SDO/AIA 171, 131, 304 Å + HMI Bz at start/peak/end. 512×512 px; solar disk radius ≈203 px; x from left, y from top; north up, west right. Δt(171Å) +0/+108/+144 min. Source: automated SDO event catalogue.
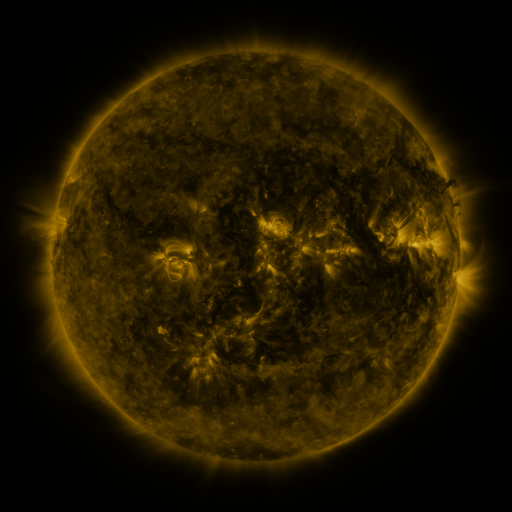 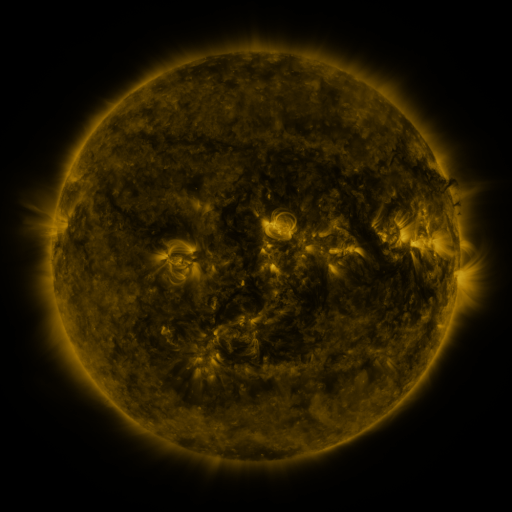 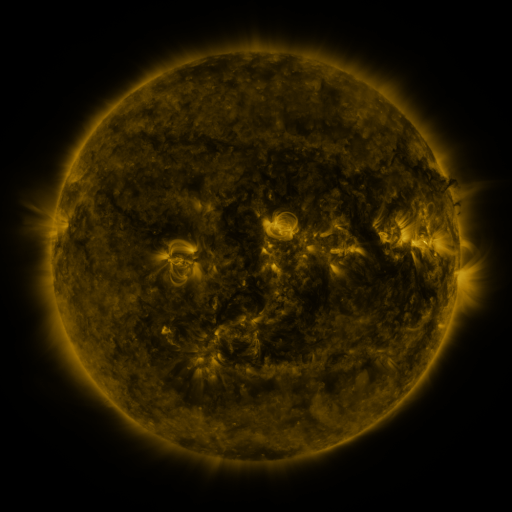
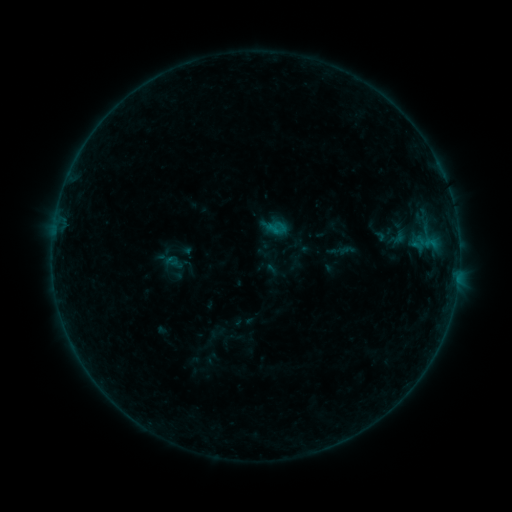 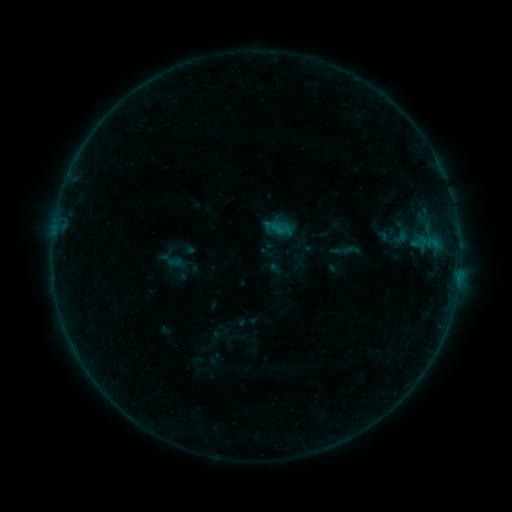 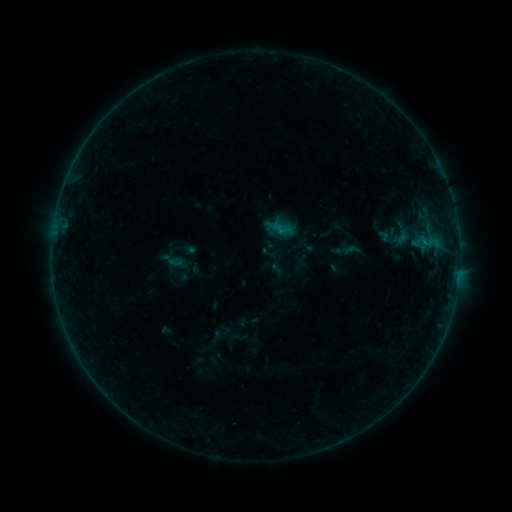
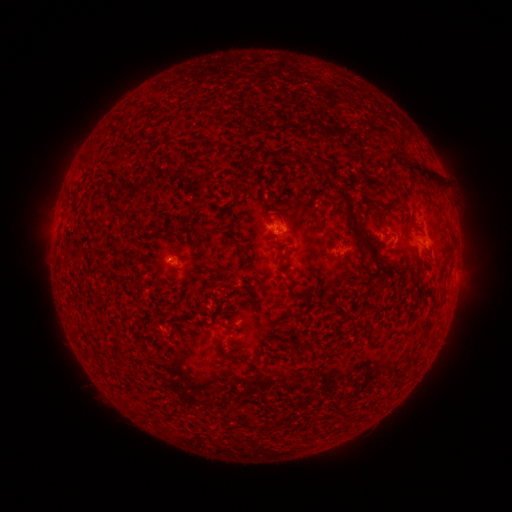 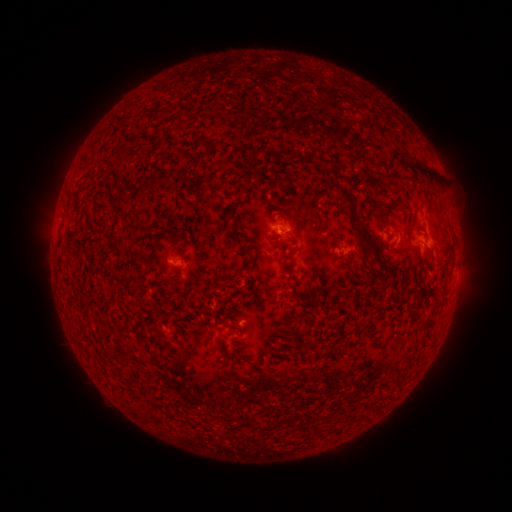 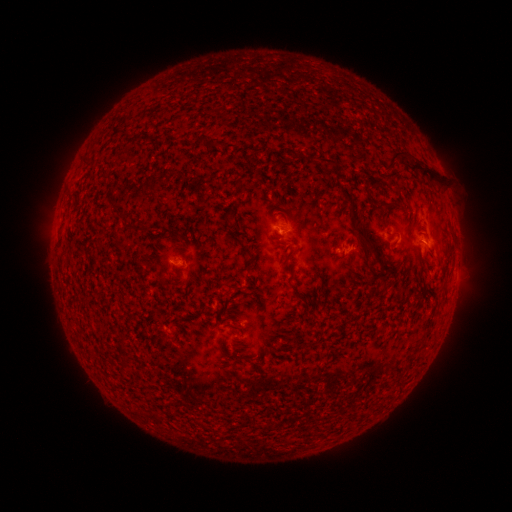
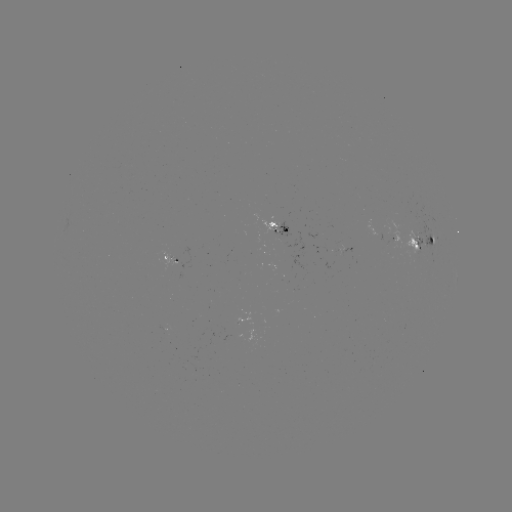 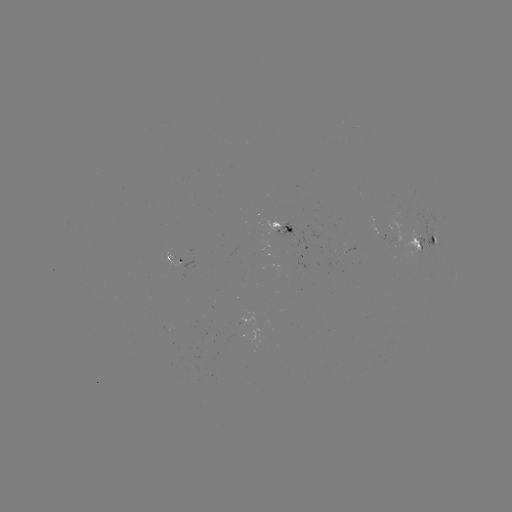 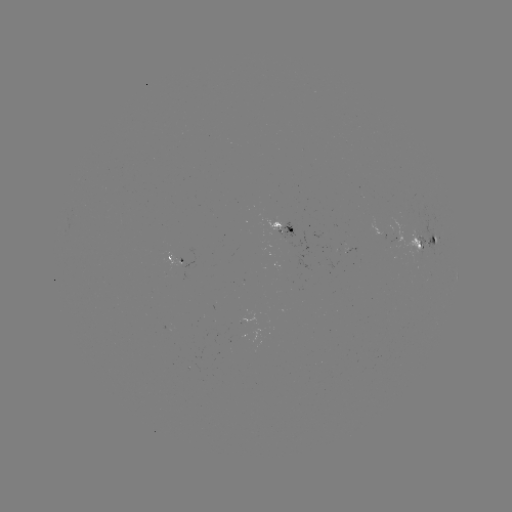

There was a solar emerging-flux region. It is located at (246, 324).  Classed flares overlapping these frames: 1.